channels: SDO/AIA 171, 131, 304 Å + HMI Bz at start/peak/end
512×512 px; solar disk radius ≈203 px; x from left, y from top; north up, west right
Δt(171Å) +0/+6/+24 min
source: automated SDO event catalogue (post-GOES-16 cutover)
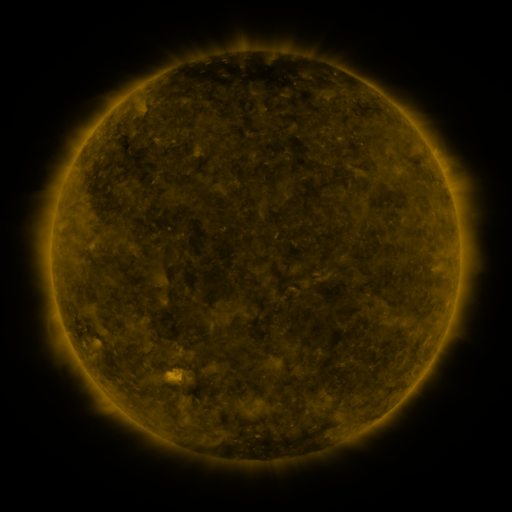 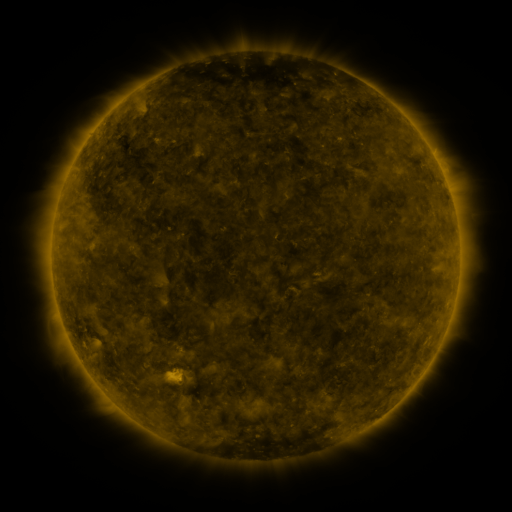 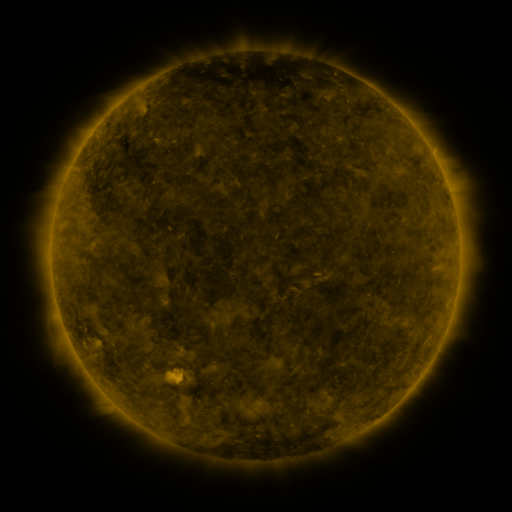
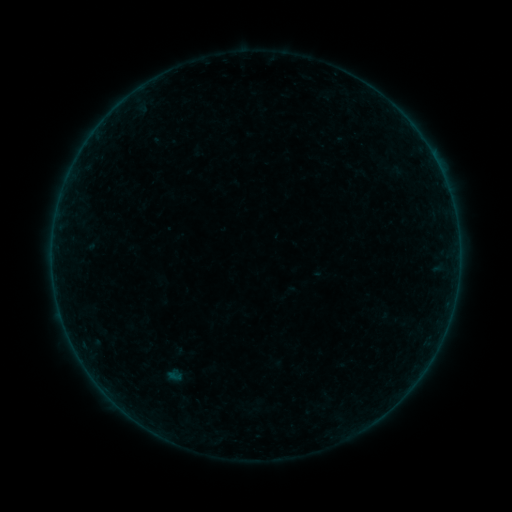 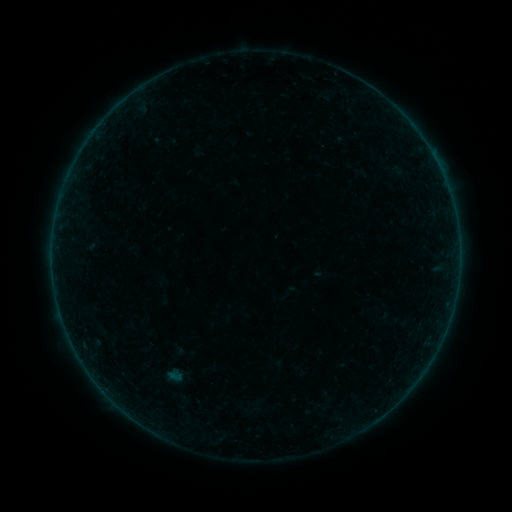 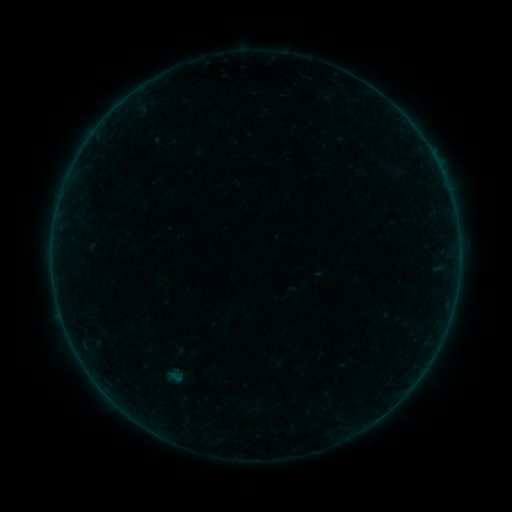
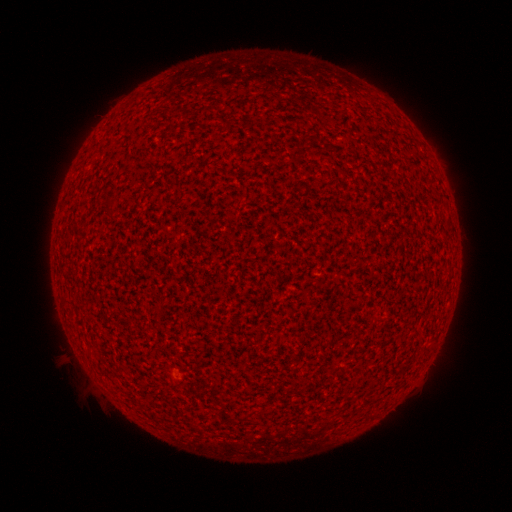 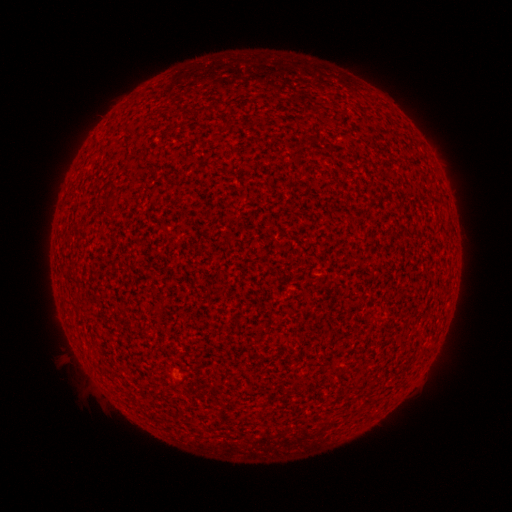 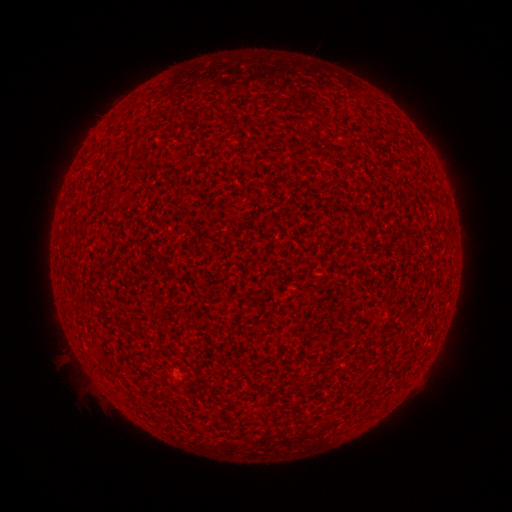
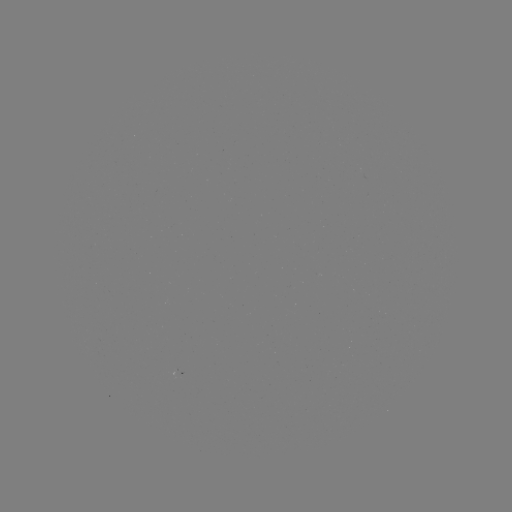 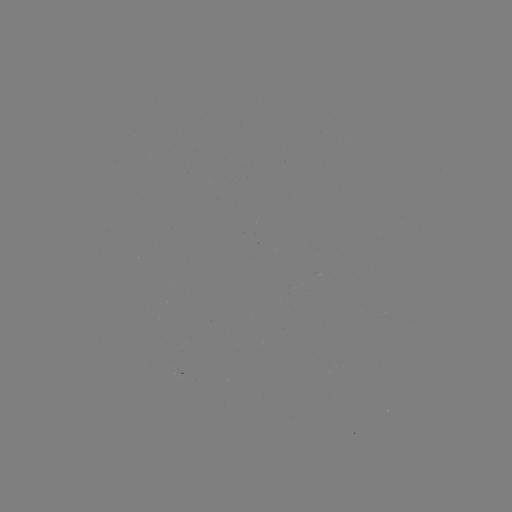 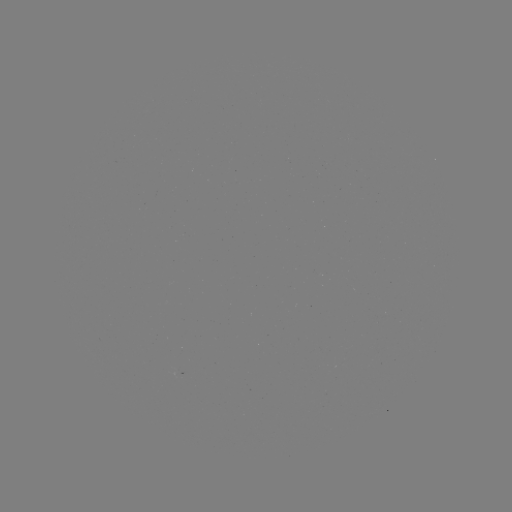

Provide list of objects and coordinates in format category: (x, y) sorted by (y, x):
A2.8 flare: (178, 378)
